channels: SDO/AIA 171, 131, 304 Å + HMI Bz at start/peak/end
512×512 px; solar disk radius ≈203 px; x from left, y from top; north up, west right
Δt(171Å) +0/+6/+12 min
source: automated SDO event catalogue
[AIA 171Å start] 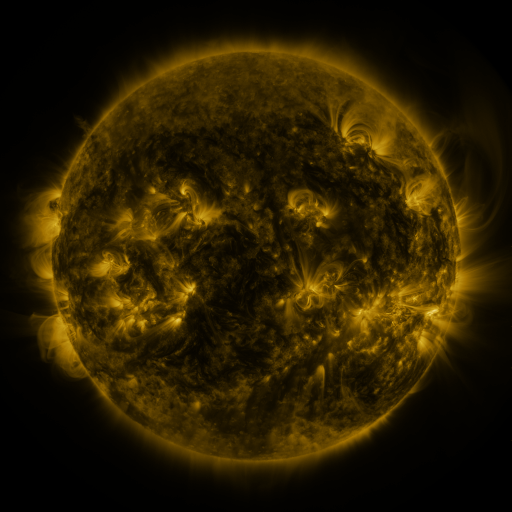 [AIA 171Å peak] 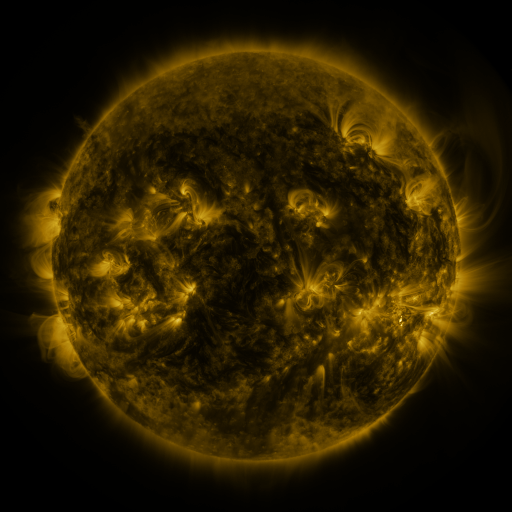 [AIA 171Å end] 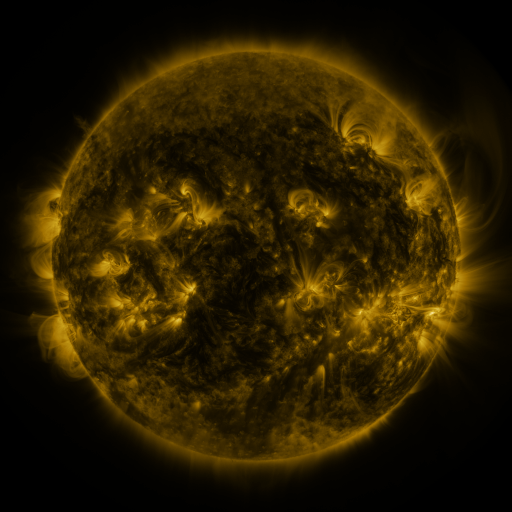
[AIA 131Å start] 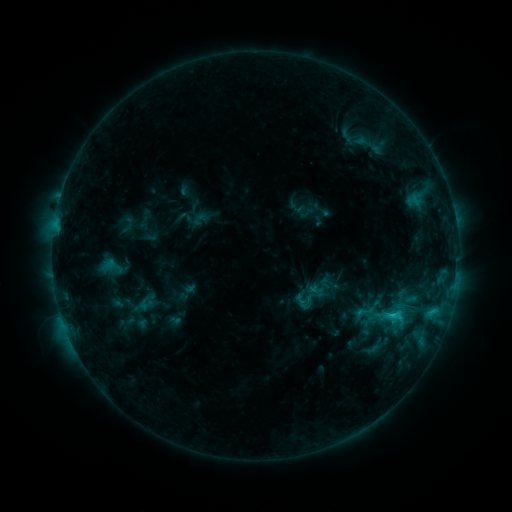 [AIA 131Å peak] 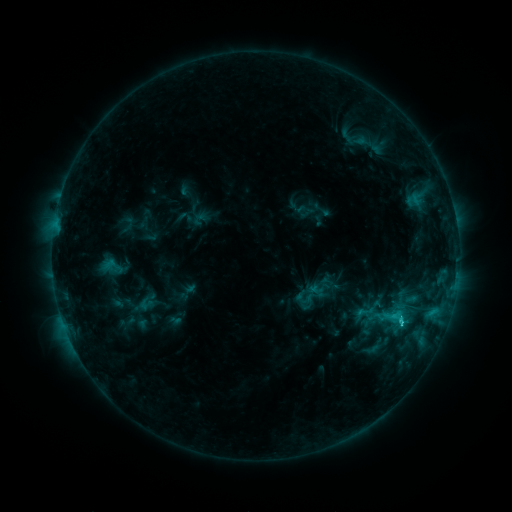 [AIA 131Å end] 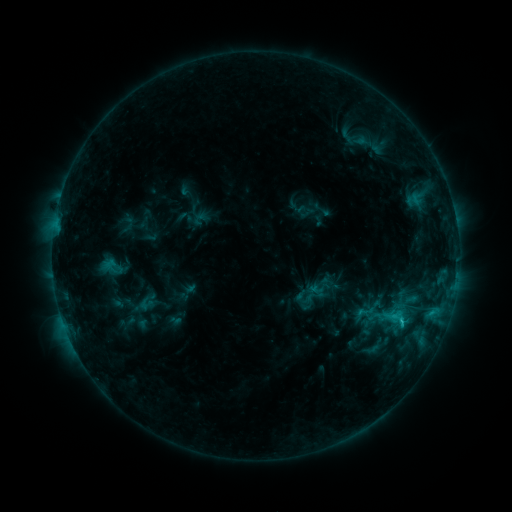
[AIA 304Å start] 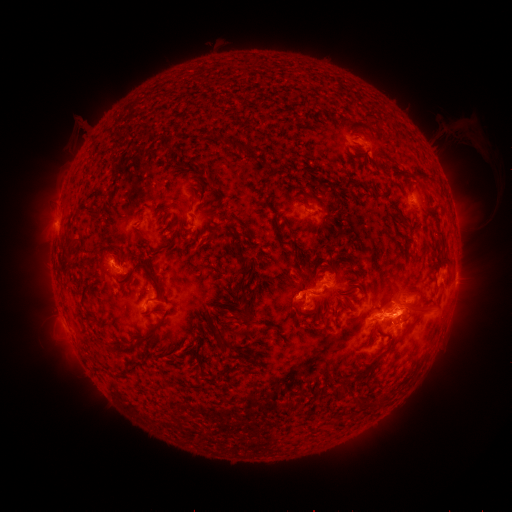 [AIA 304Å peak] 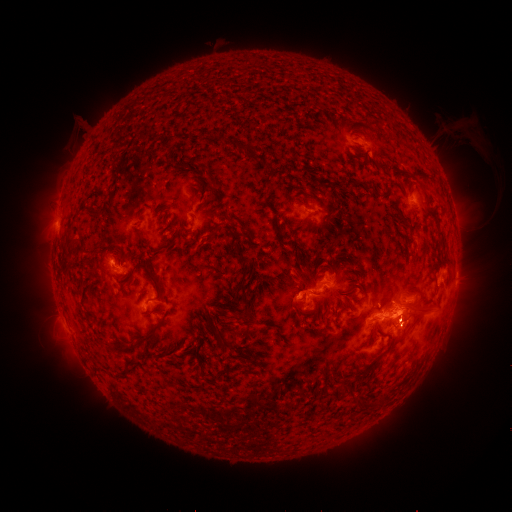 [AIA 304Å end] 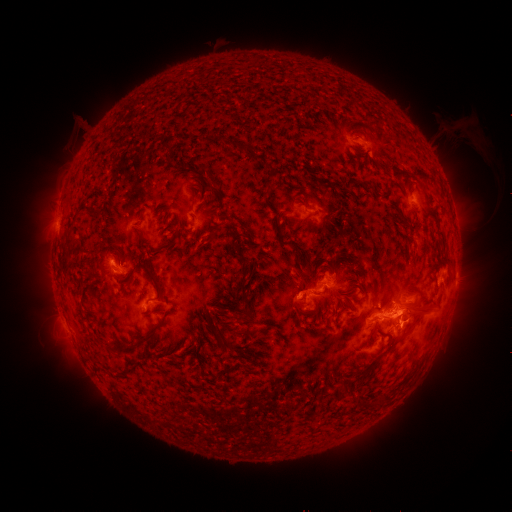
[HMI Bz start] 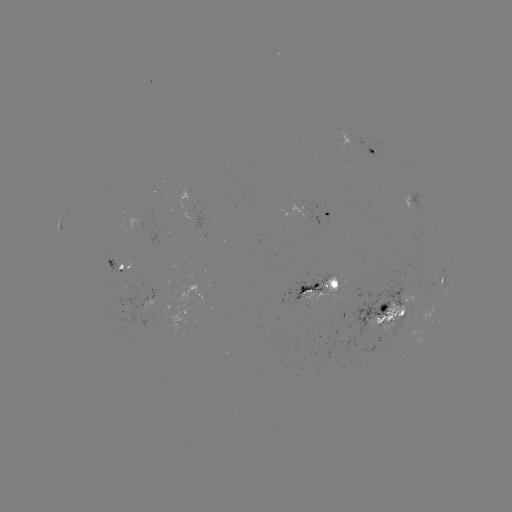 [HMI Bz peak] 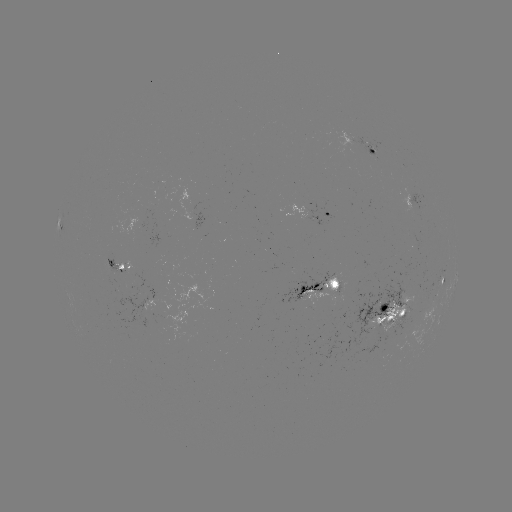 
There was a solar flare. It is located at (400, 322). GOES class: C2.9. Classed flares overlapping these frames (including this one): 1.